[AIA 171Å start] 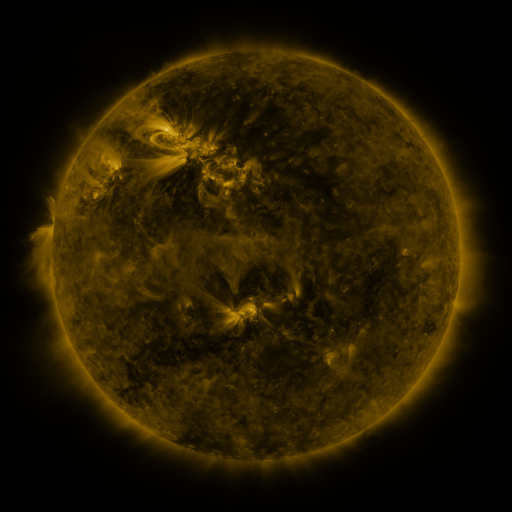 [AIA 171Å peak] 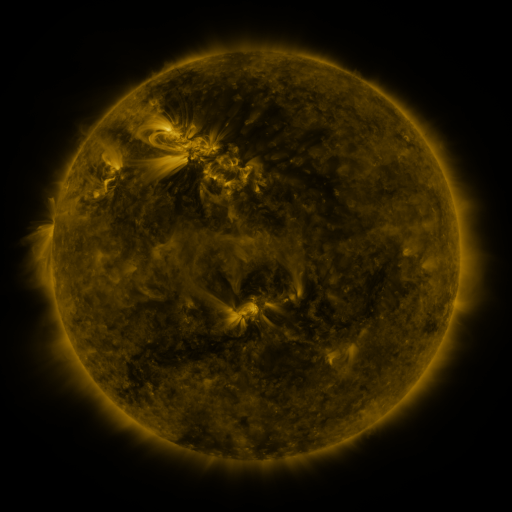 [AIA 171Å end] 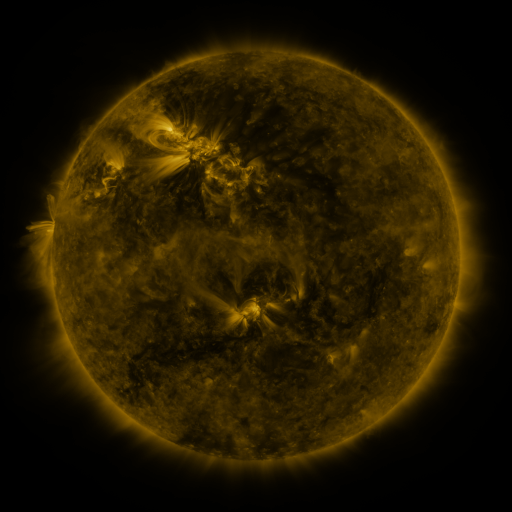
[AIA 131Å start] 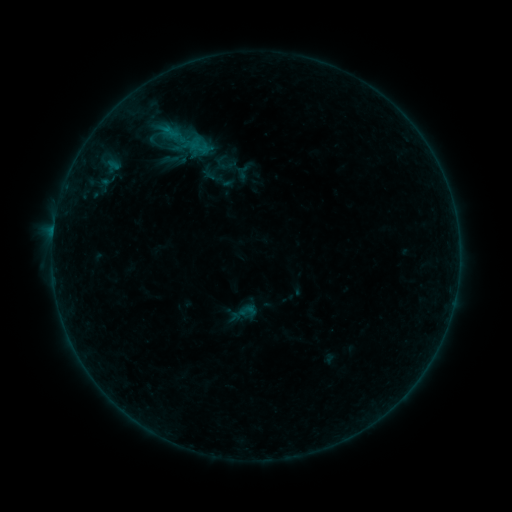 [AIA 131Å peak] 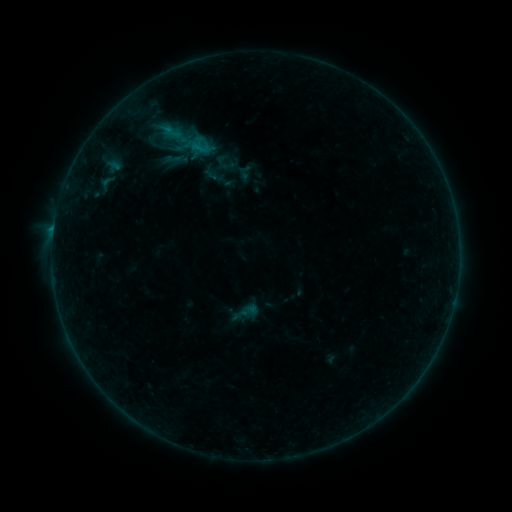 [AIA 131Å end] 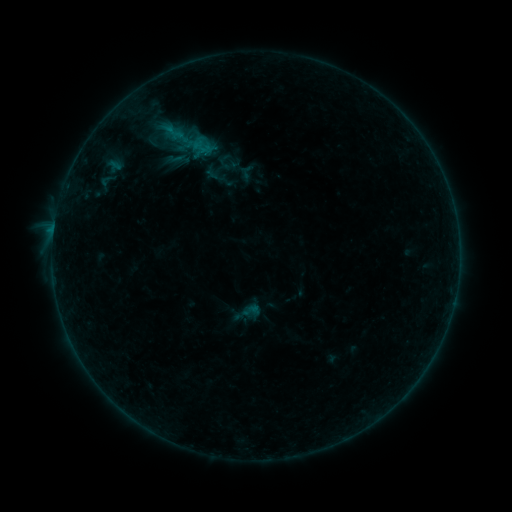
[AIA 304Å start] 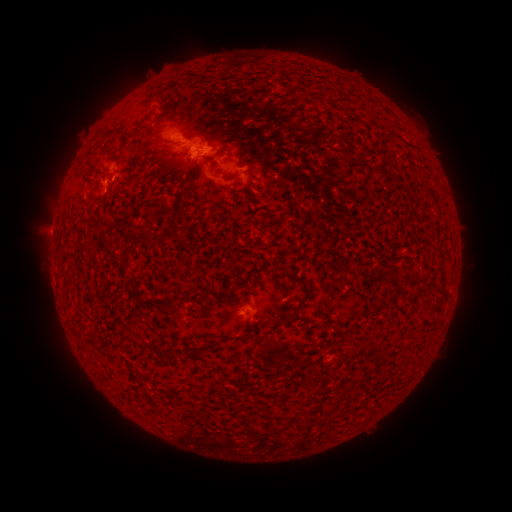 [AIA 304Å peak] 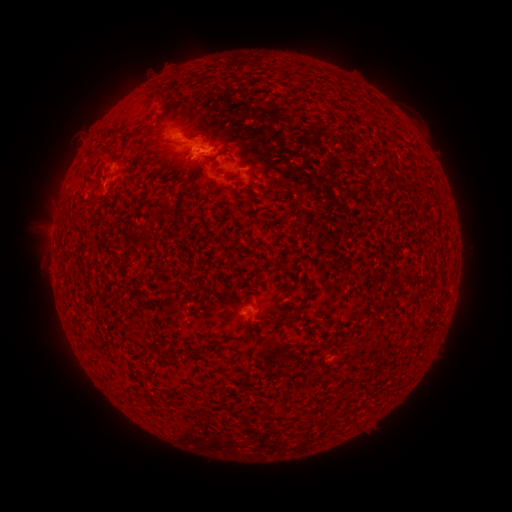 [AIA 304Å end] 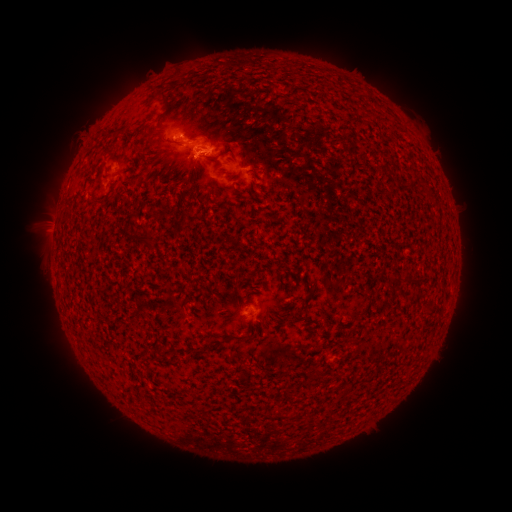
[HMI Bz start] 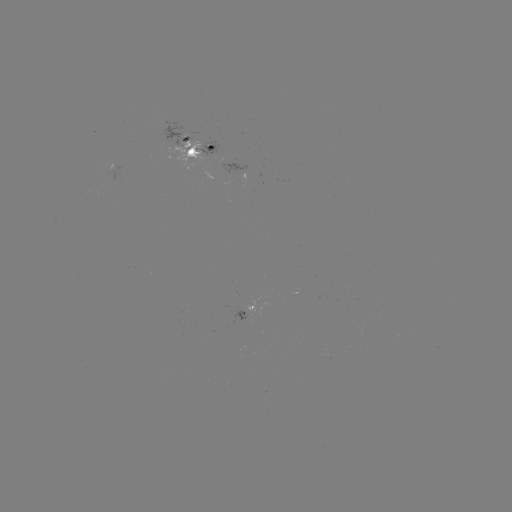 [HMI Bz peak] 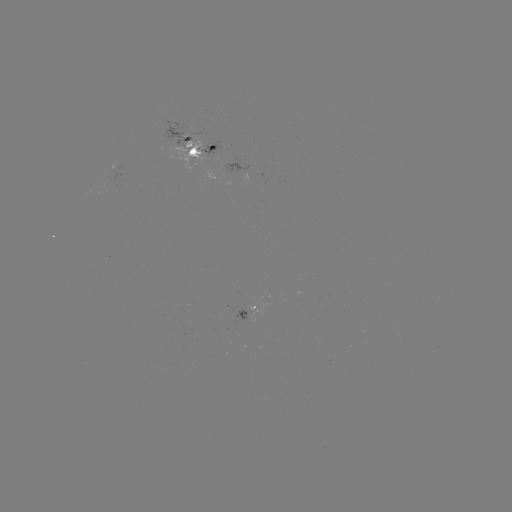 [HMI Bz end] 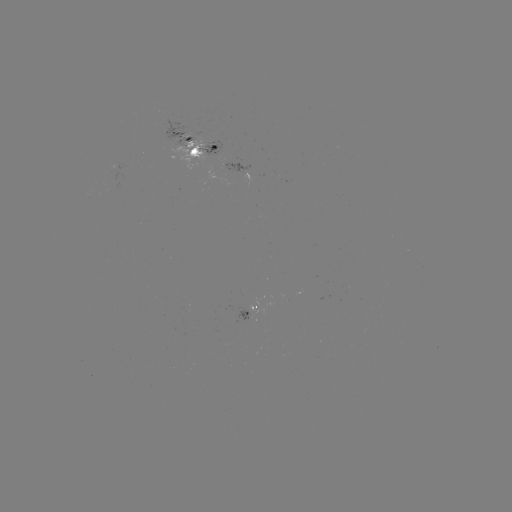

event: emerging-flux region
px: (249, 317)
